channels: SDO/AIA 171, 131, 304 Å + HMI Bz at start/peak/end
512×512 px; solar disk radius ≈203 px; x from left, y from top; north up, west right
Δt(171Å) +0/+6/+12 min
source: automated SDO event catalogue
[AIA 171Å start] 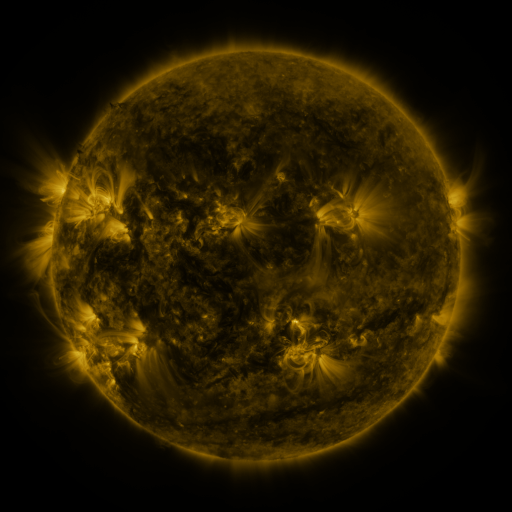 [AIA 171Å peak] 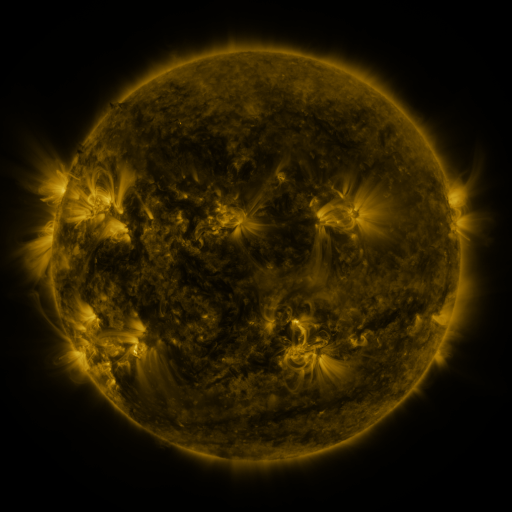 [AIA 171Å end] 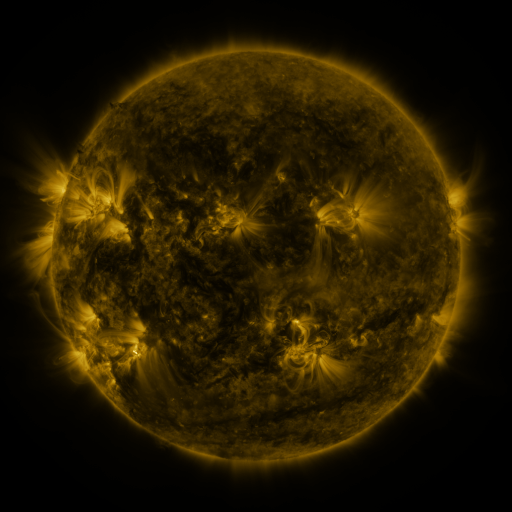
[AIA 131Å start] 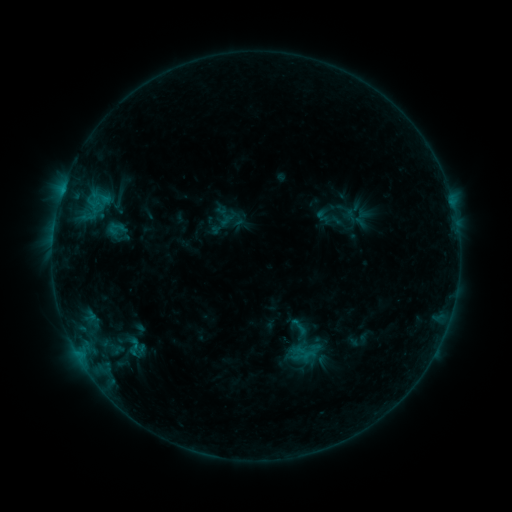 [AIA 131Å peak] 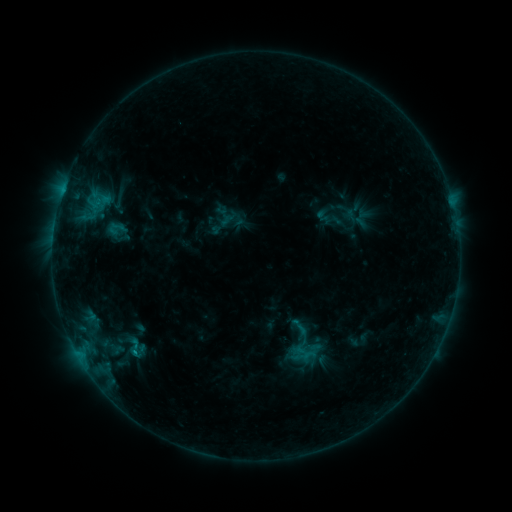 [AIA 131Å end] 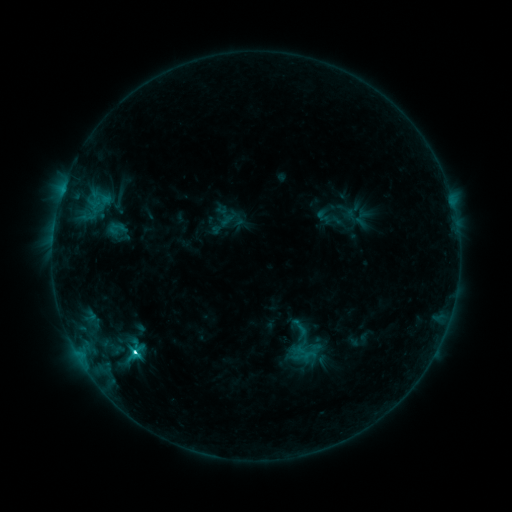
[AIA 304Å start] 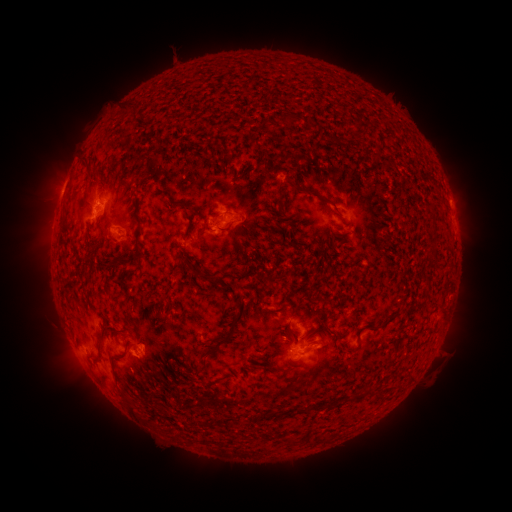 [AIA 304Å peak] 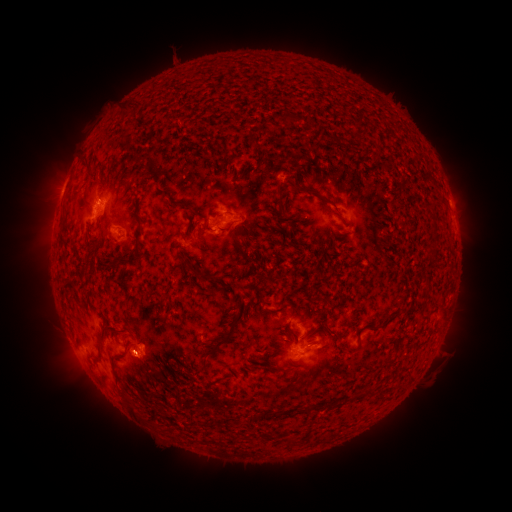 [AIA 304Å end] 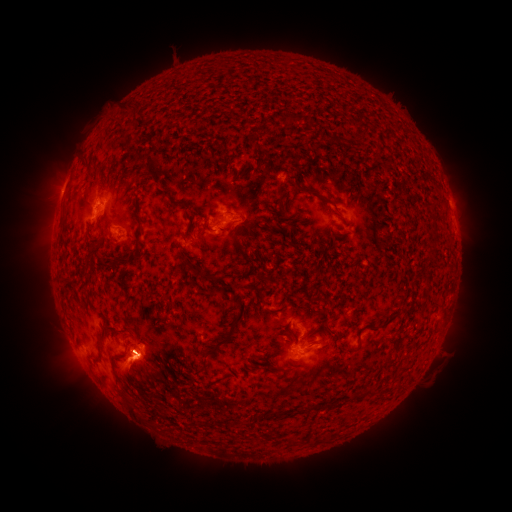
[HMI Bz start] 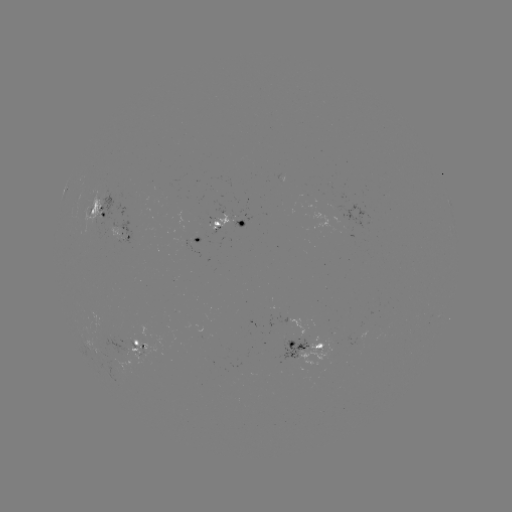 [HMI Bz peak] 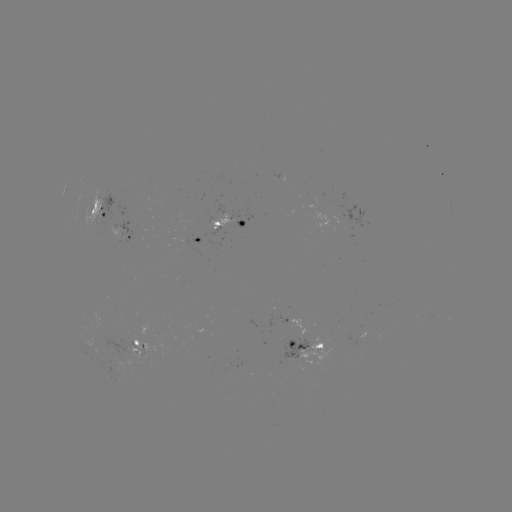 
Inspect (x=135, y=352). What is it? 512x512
C3.1 flare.